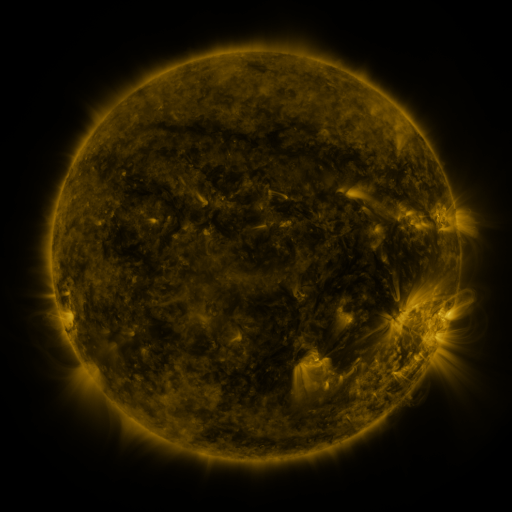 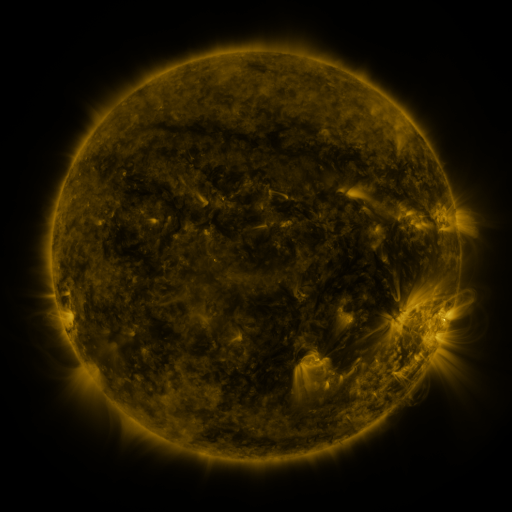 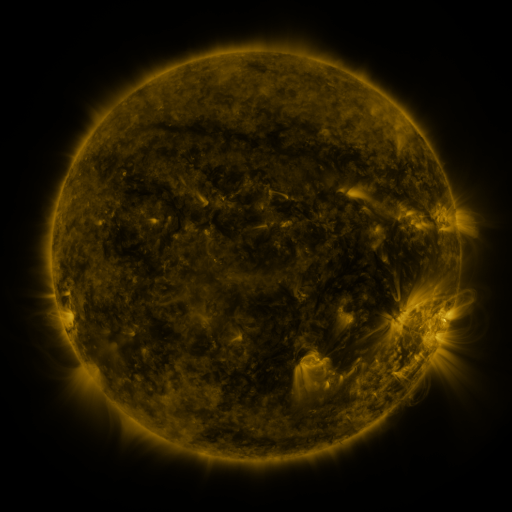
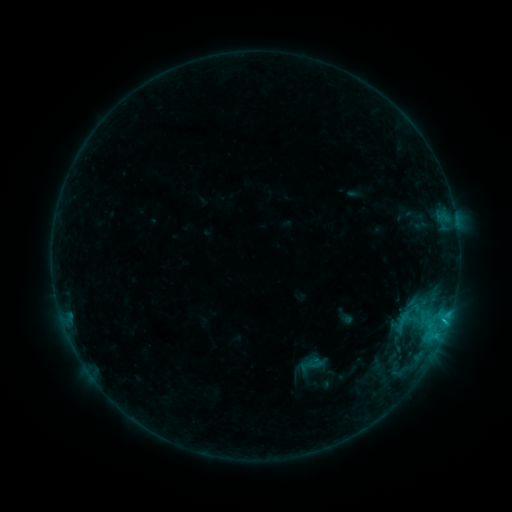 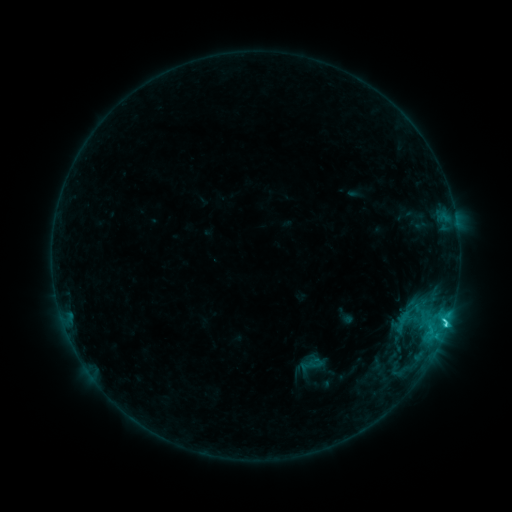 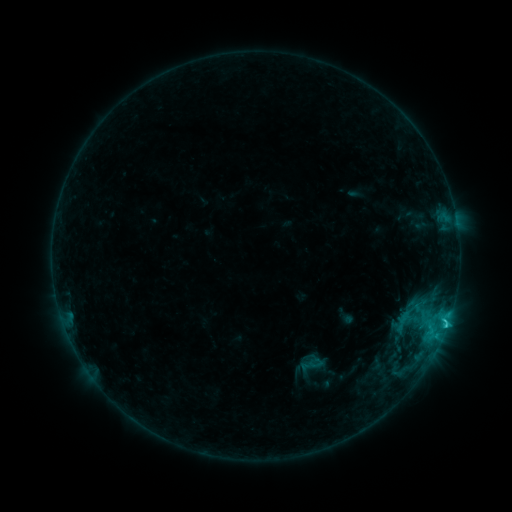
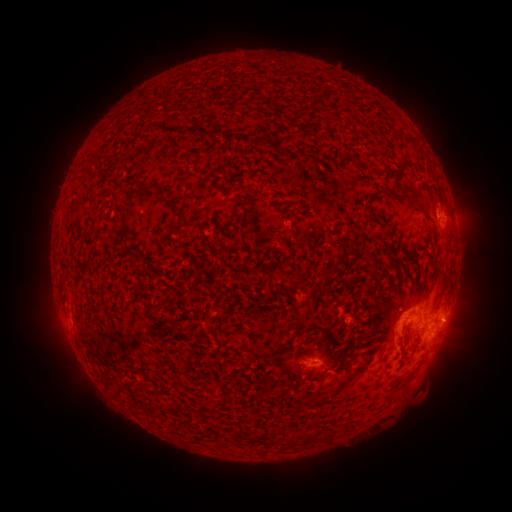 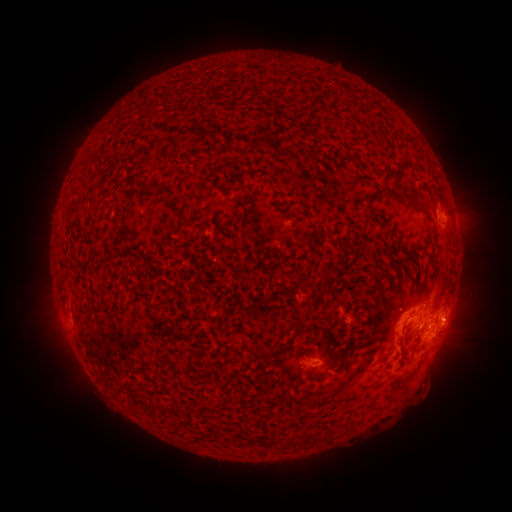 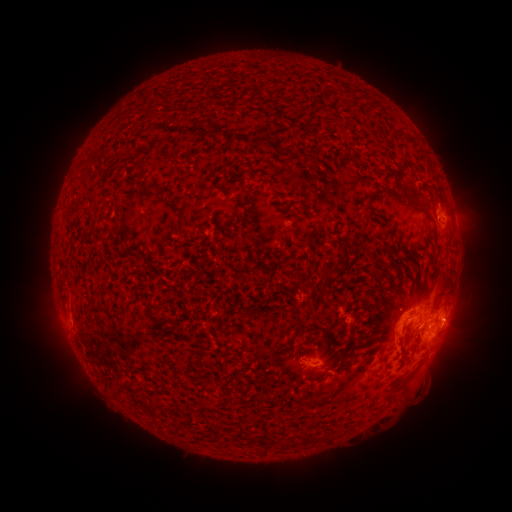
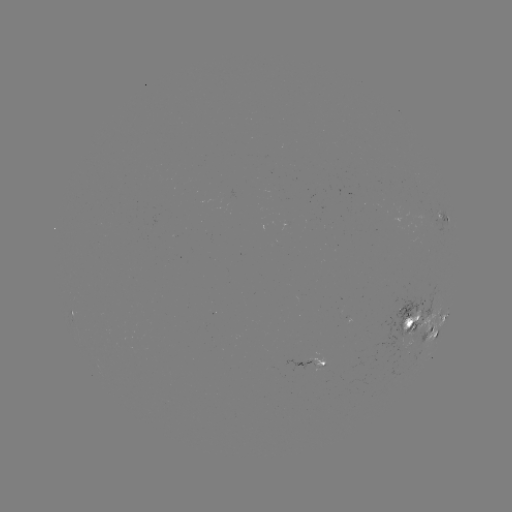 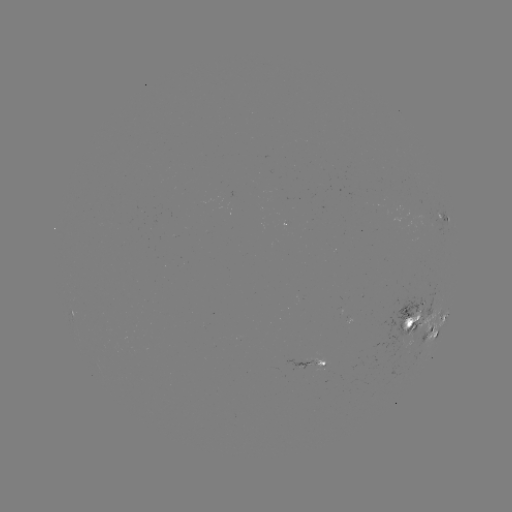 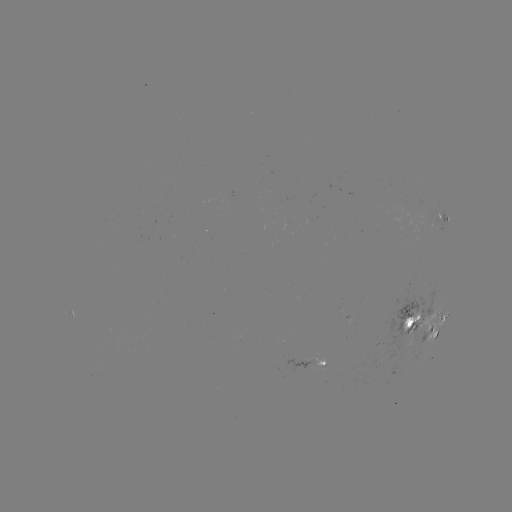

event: flare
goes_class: C2.2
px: (446, 321)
